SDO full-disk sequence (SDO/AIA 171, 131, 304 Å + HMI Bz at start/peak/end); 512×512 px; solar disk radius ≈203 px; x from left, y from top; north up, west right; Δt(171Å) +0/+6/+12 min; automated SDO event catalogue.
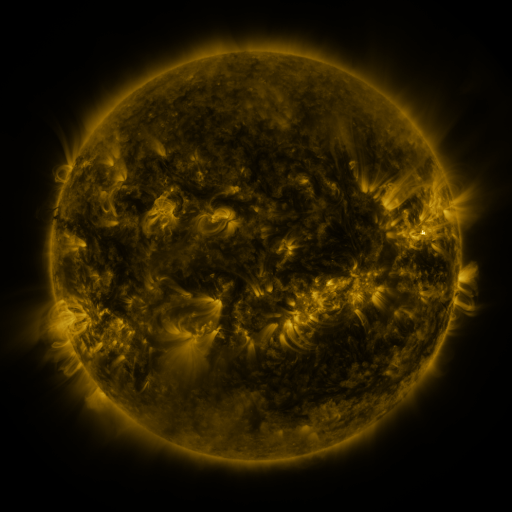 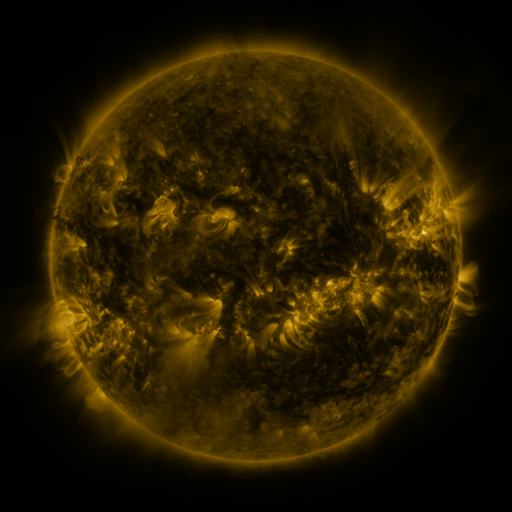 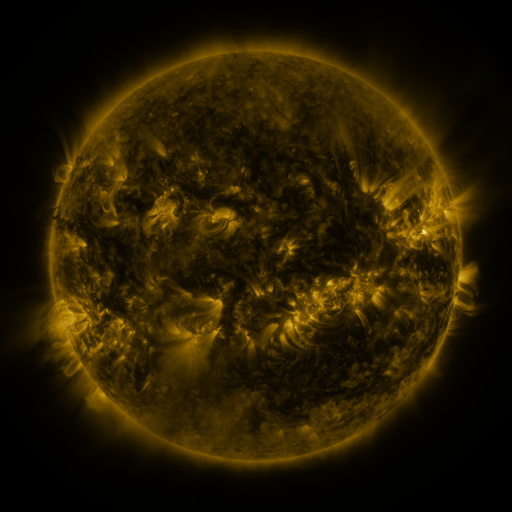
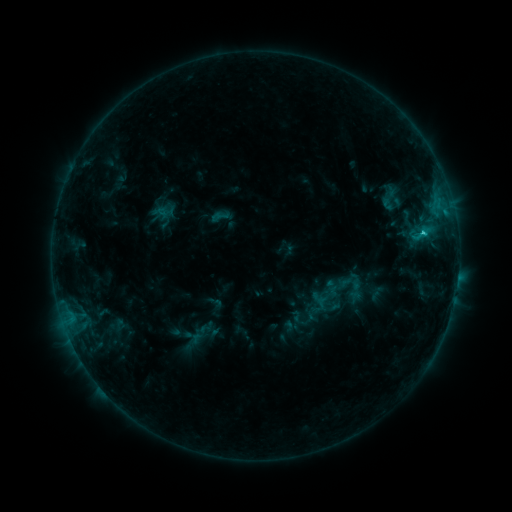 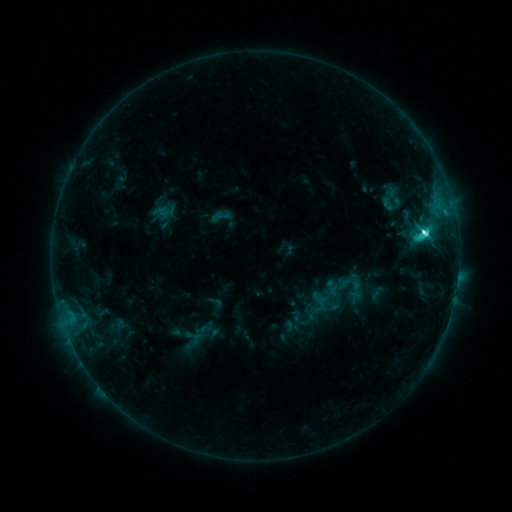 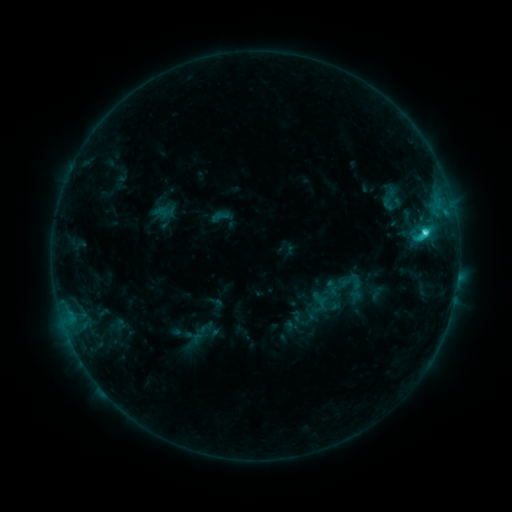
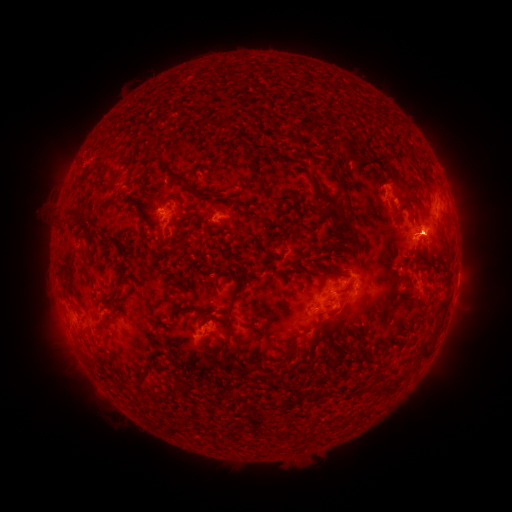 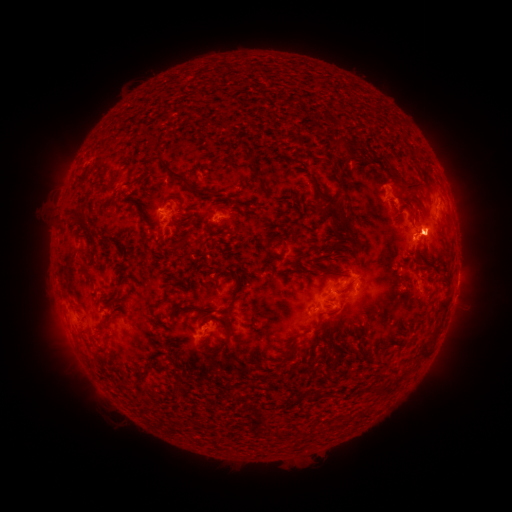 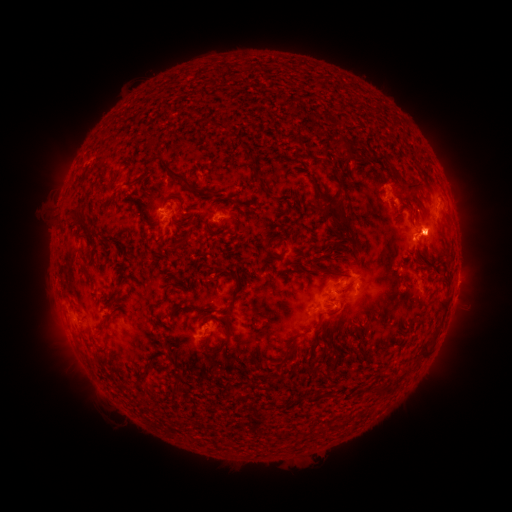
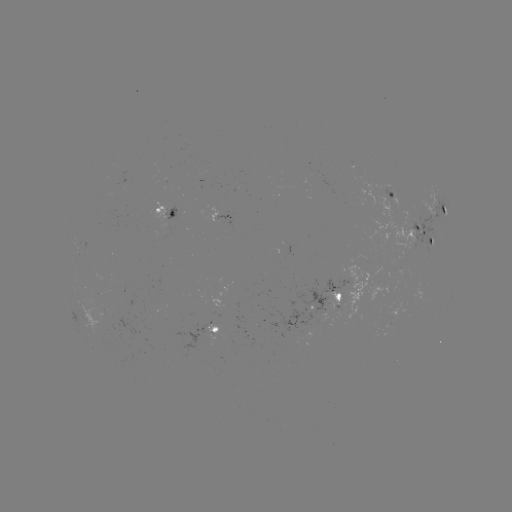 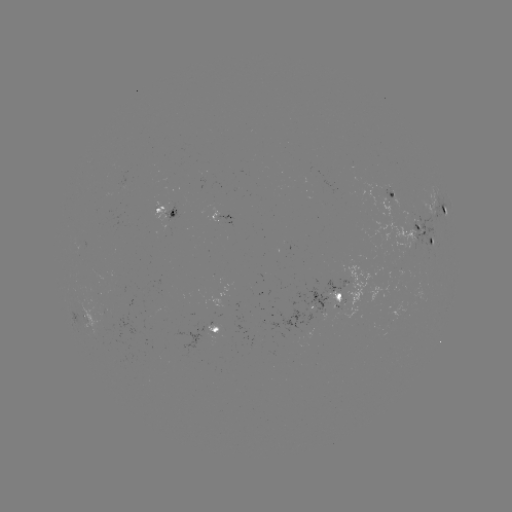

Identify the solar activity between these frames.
C5.7 flare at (422, 233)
